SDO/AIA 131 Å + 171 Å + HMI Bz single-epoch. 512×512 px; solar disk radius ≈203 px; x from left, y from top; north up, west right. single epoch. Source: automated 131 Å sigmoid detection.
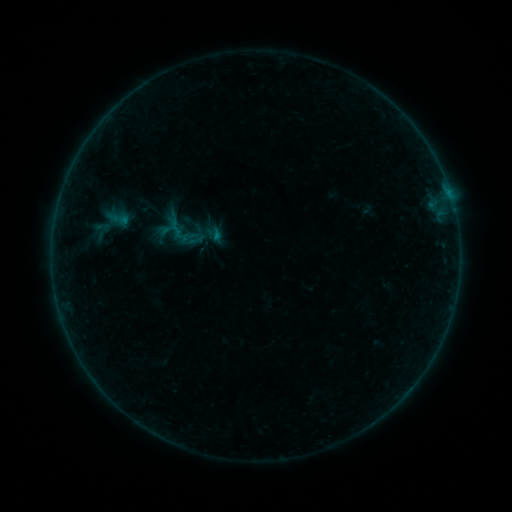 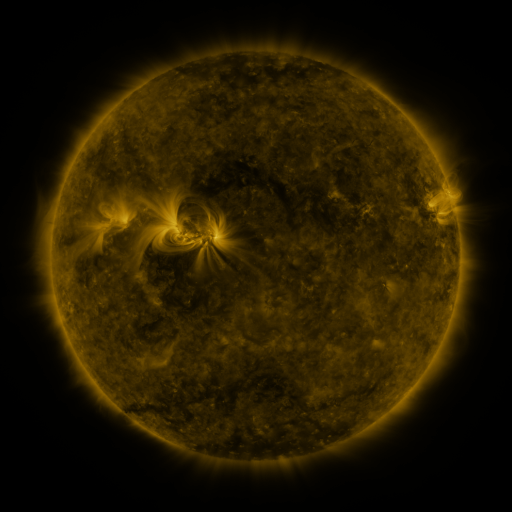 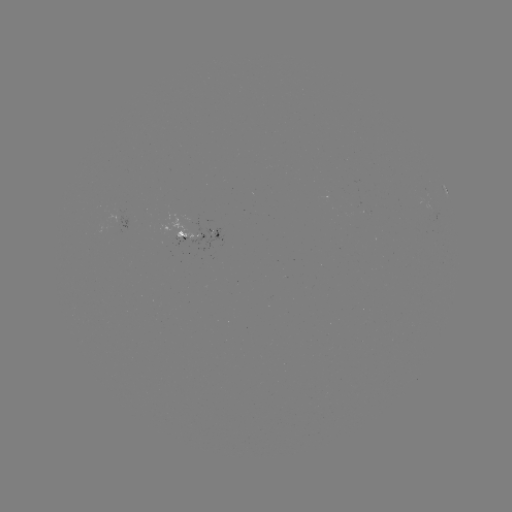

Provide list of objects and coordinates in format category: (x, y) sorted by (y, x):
sigmoid: (193, 229)
sigmoid: (215, 234)
